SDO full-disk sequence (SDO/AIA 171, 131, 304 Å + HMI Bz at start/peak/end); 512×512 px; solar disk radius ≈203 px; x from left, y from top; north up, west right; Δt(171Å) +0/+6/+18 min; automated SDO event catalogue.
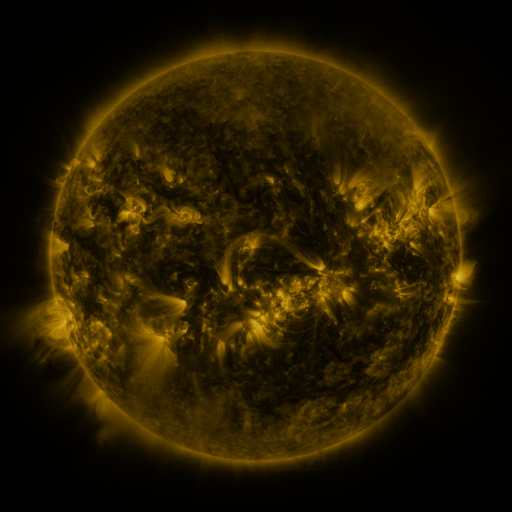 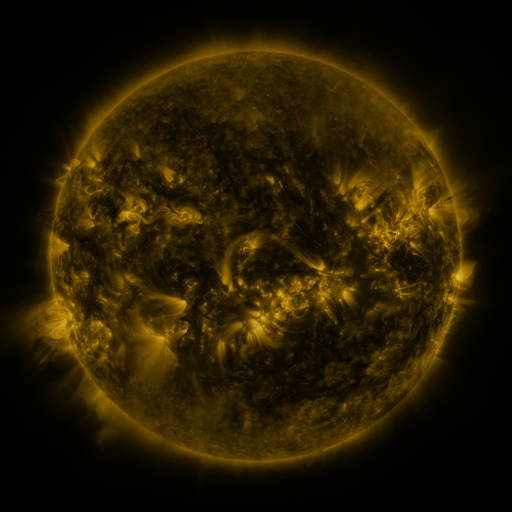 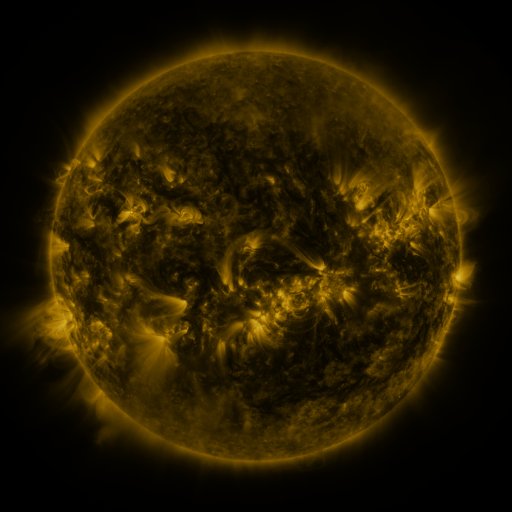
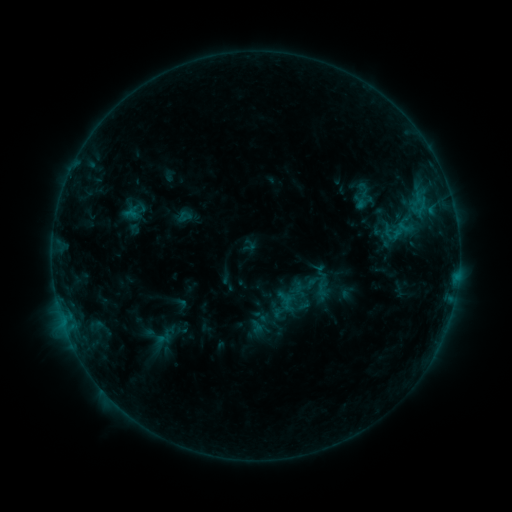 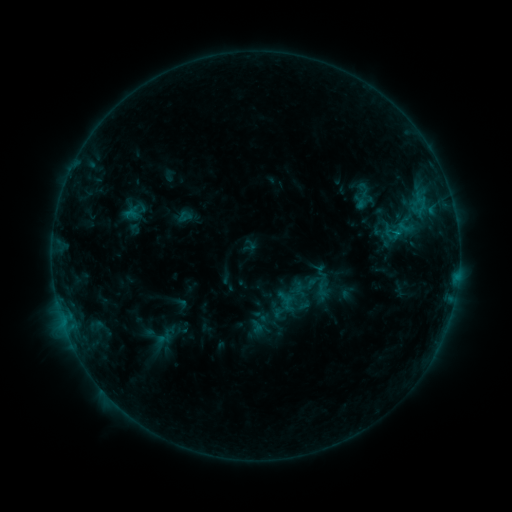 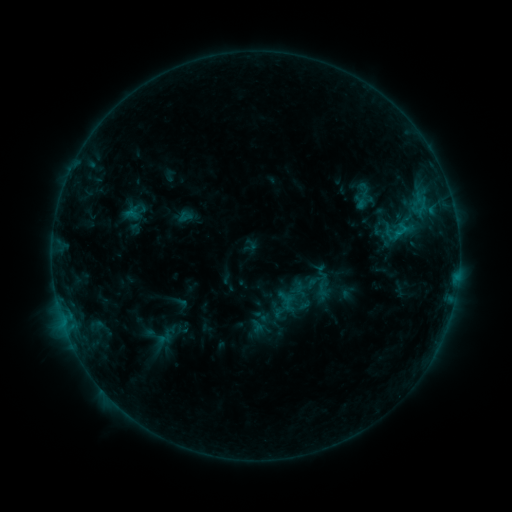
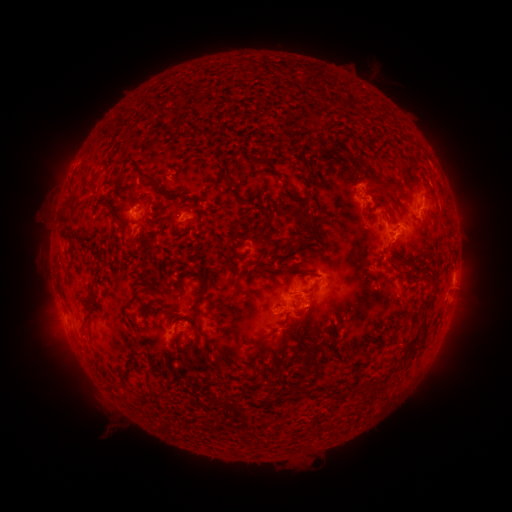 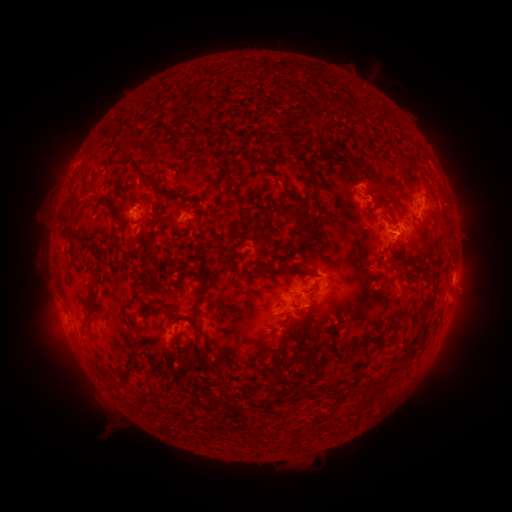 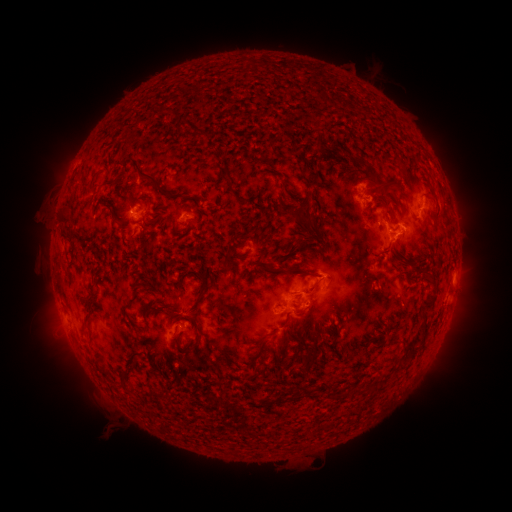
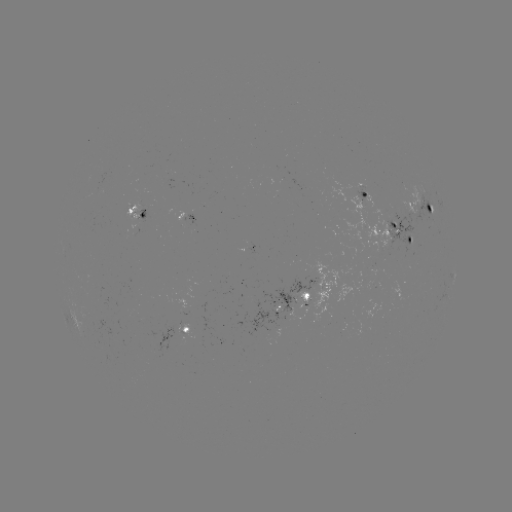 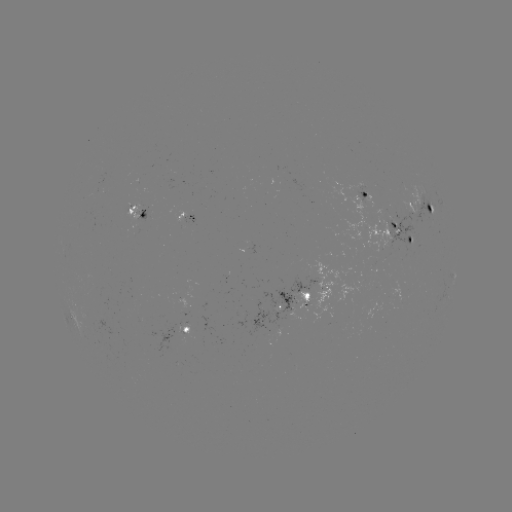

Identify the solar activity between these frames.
B8.6 flare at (397, 235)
